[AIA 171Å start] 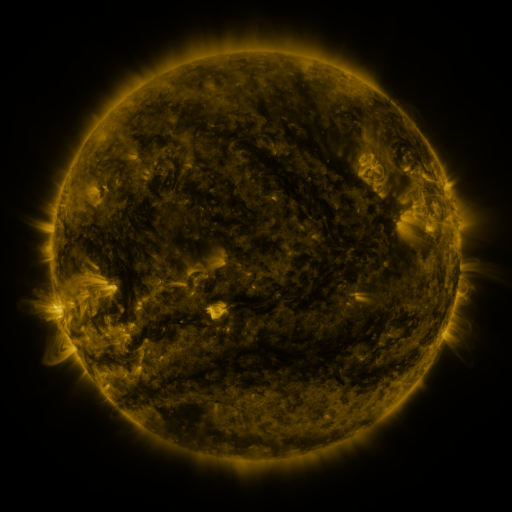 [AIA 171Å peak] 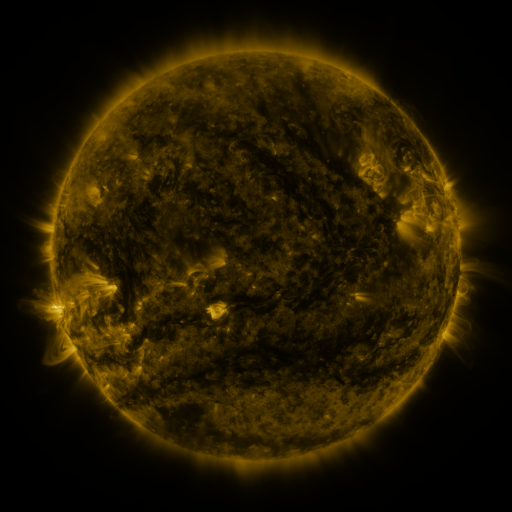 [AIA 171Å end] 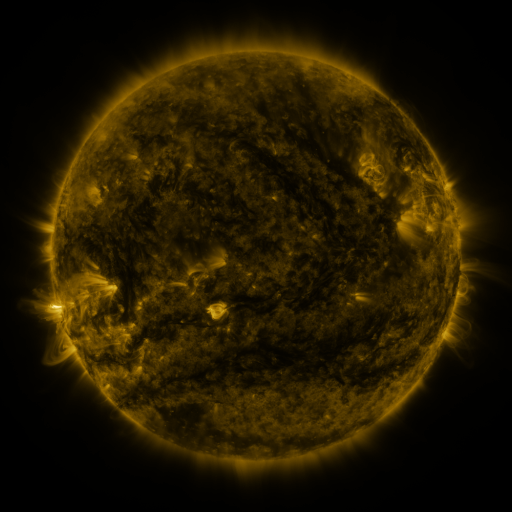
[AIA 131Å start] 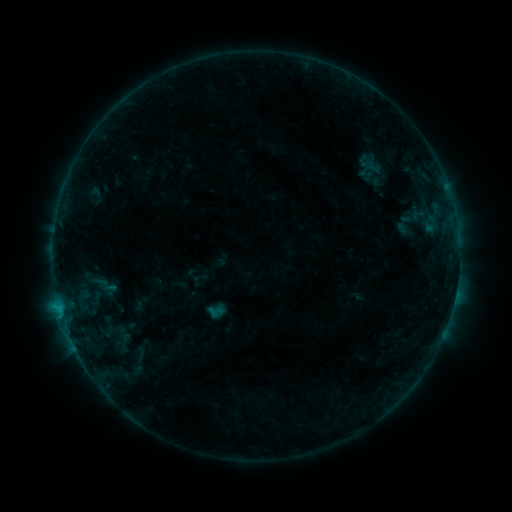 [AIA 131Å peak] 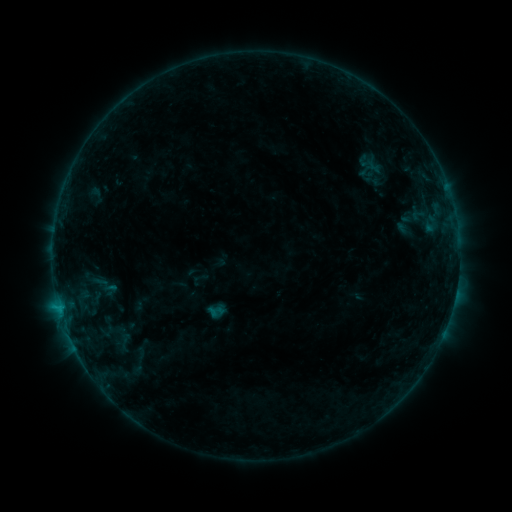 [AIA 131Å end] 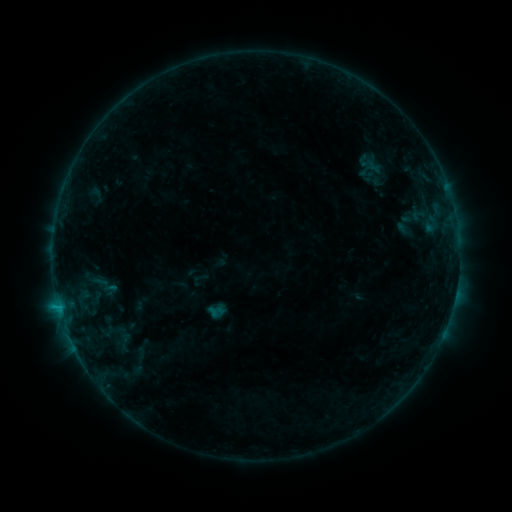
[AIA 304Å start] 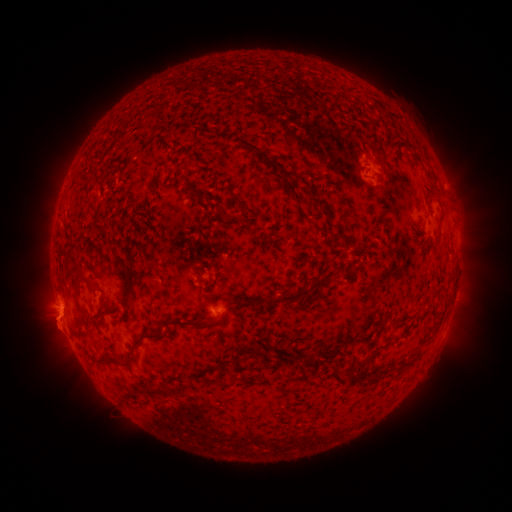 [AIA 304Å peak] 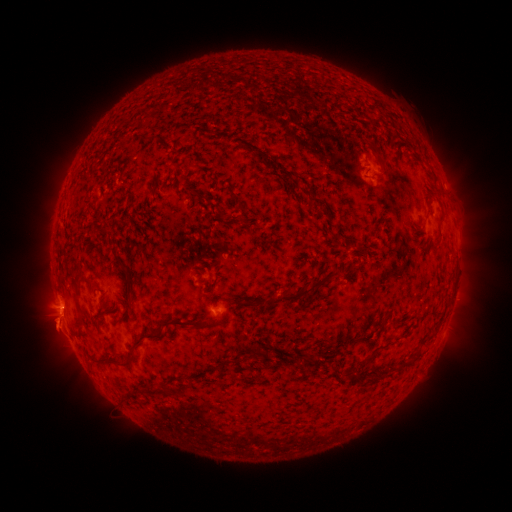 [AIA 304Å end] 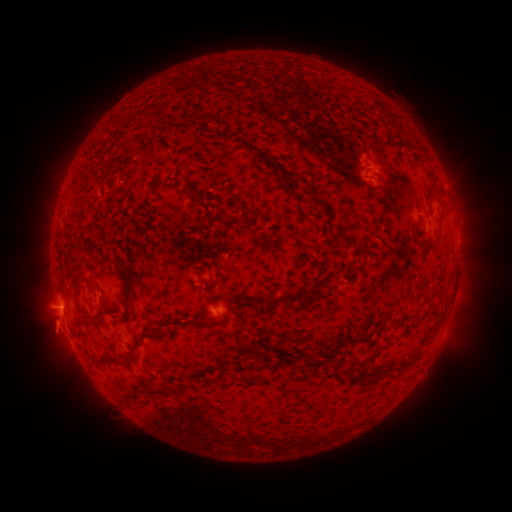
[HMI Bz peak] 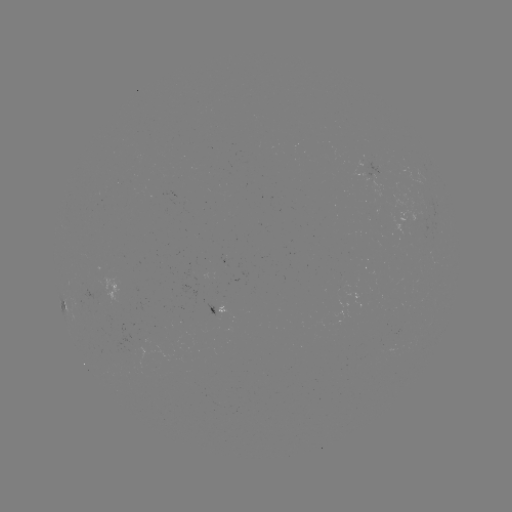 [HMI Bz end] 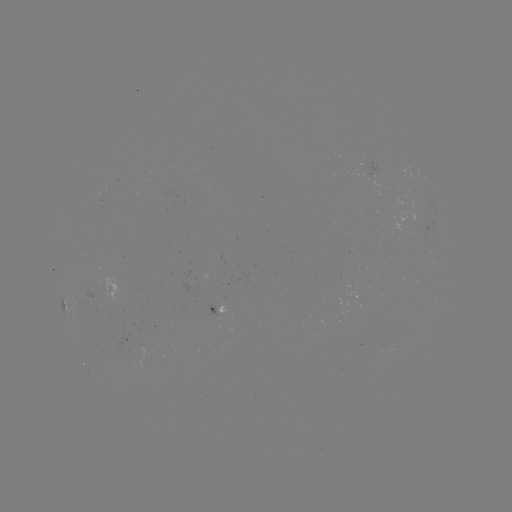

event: eruption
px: (57, 332)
